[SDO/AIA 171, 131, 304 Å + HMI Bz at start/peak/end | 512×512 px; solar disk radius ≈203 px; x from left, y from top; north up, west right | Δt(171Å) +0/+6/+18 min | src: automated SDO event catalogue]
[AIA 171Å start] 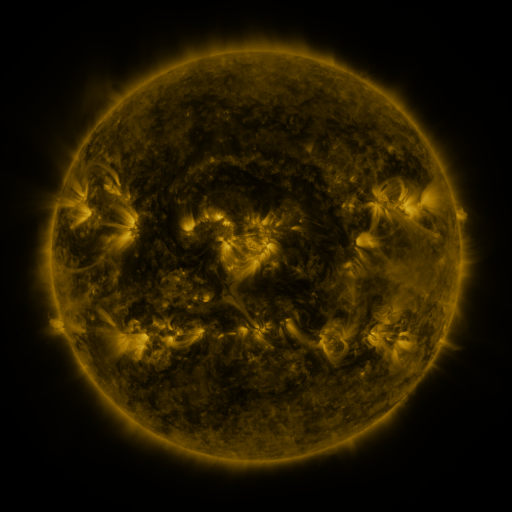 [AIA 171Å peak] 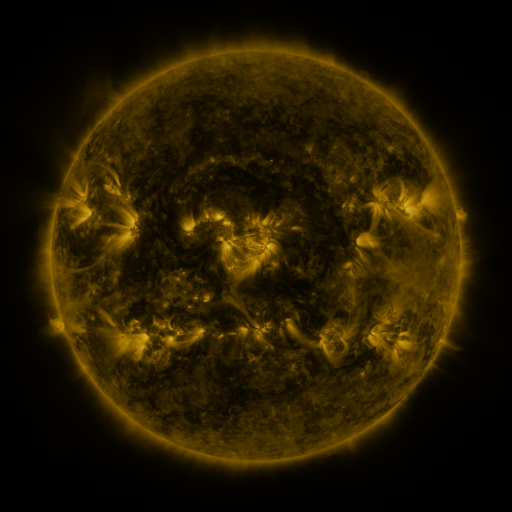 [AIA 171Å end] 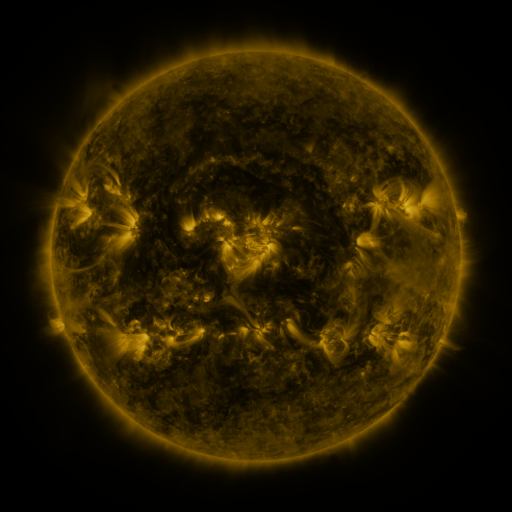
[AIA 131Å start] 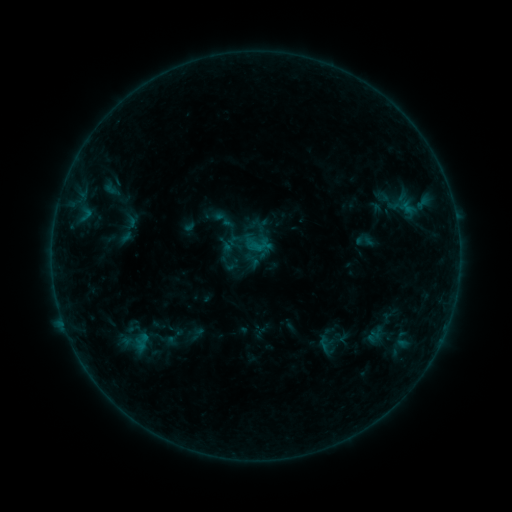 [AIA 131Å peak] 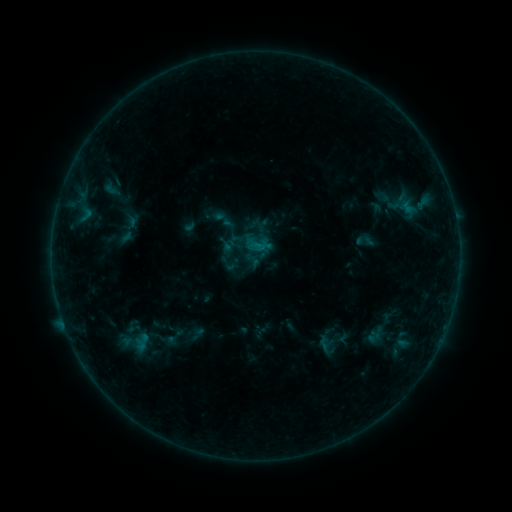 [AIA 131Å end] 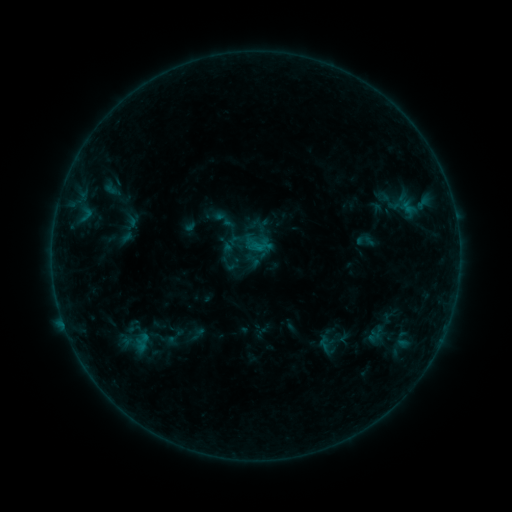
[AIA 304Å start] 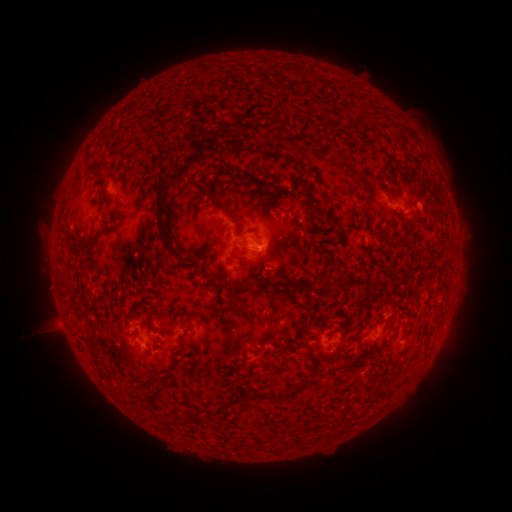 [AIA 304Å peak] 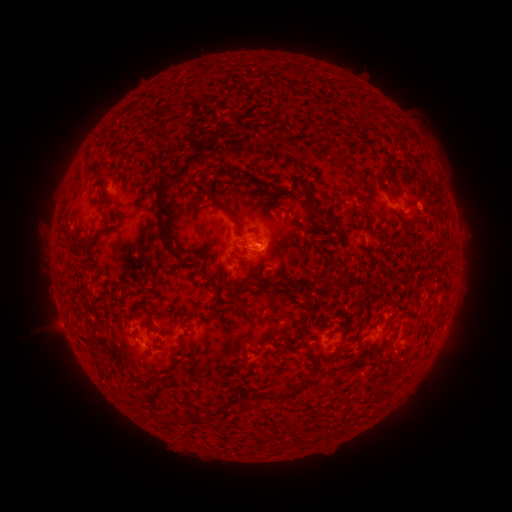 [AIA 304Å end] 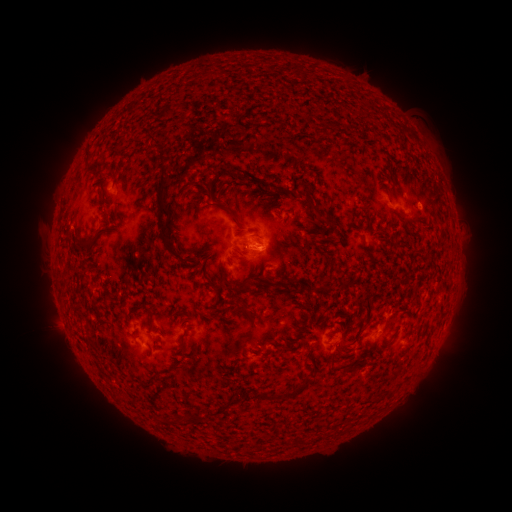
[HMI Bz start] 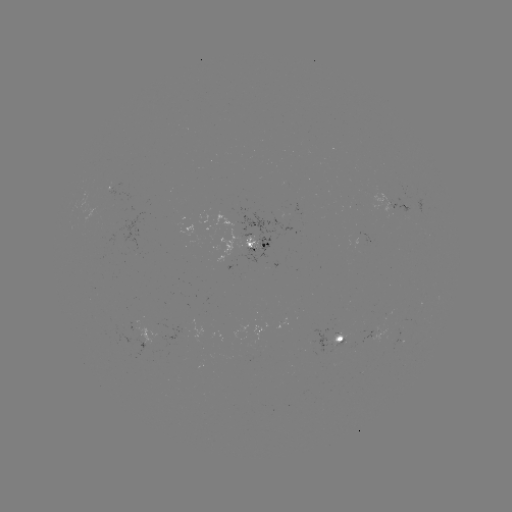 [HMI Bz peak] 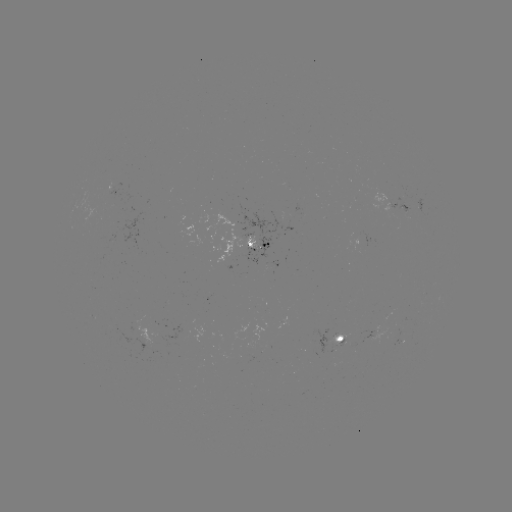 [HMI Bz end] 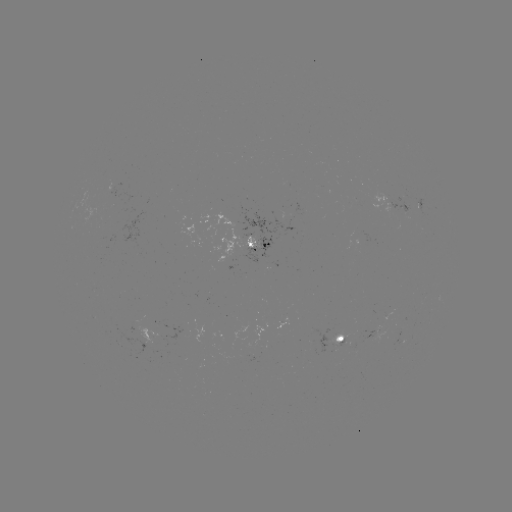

no flare in any classed list; no EUV-trigger detection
